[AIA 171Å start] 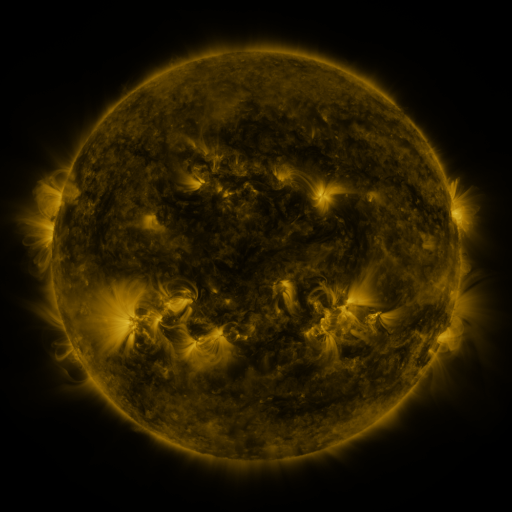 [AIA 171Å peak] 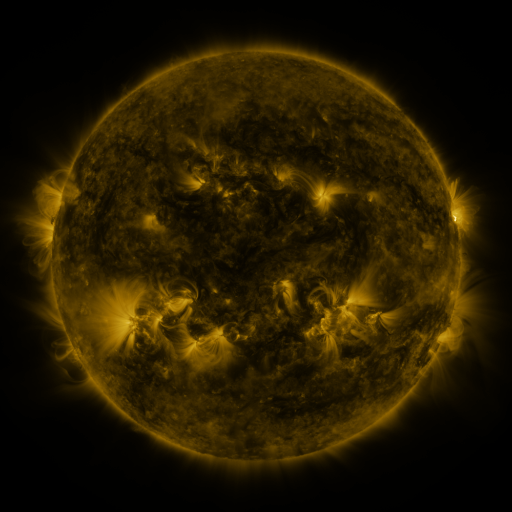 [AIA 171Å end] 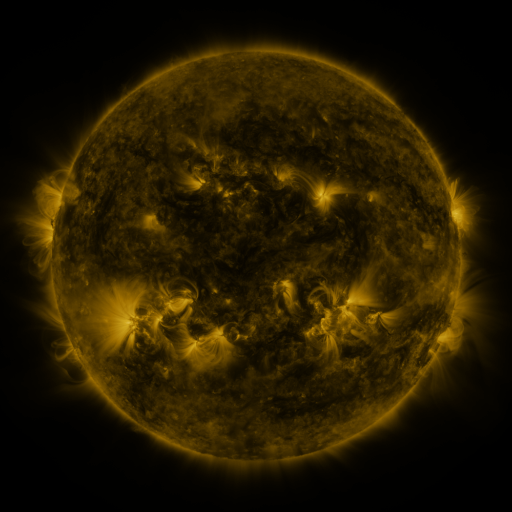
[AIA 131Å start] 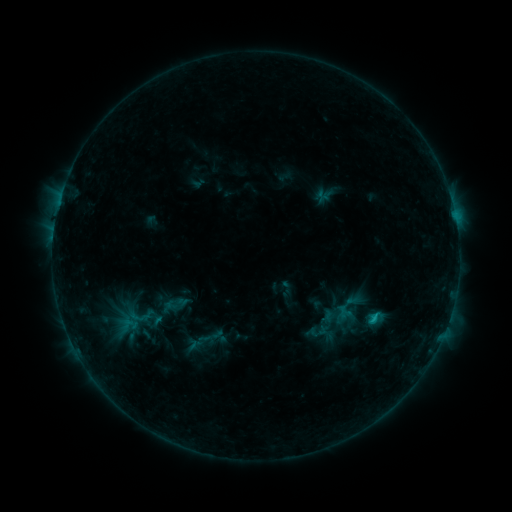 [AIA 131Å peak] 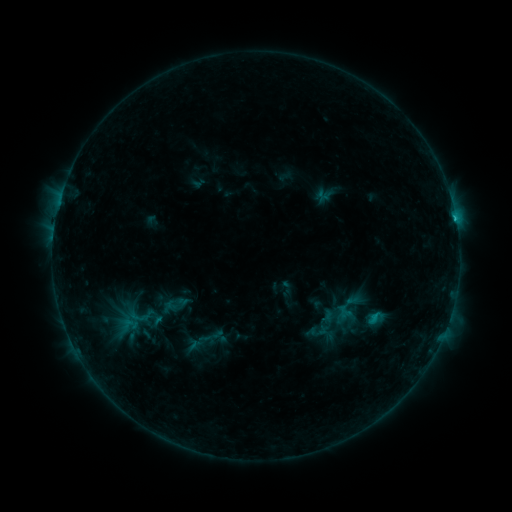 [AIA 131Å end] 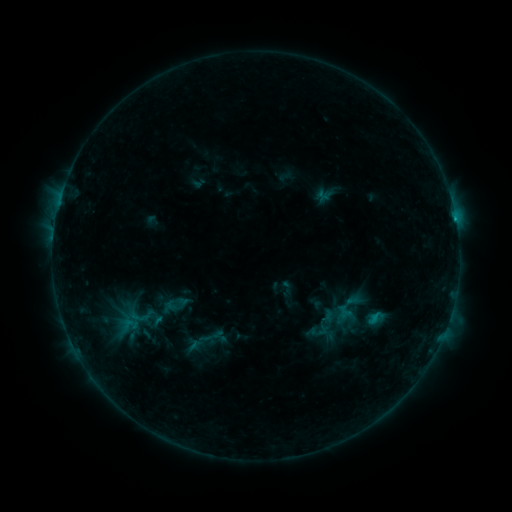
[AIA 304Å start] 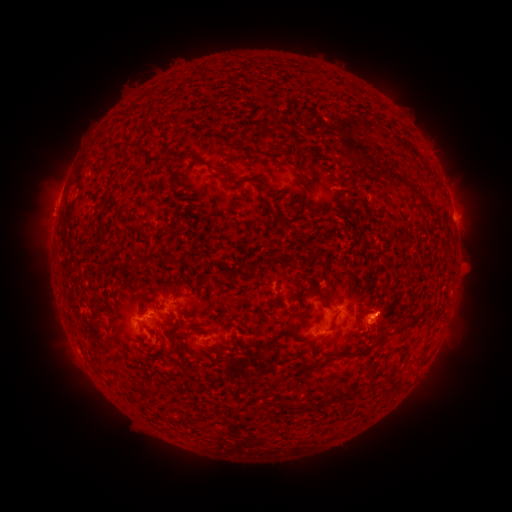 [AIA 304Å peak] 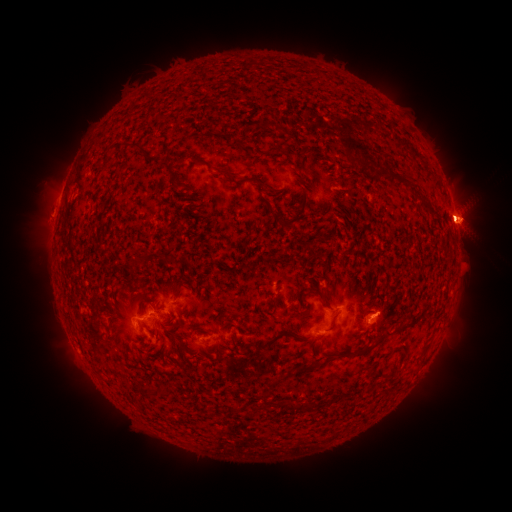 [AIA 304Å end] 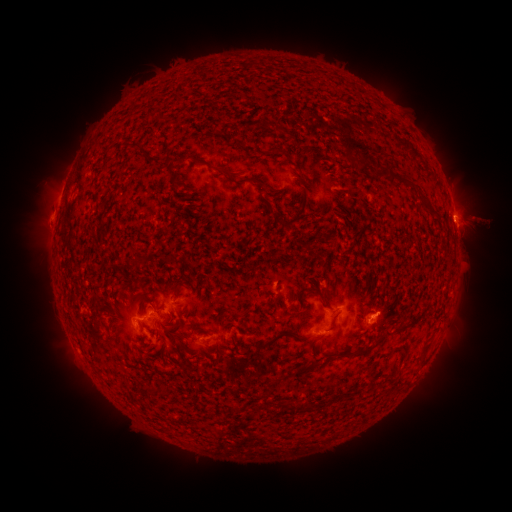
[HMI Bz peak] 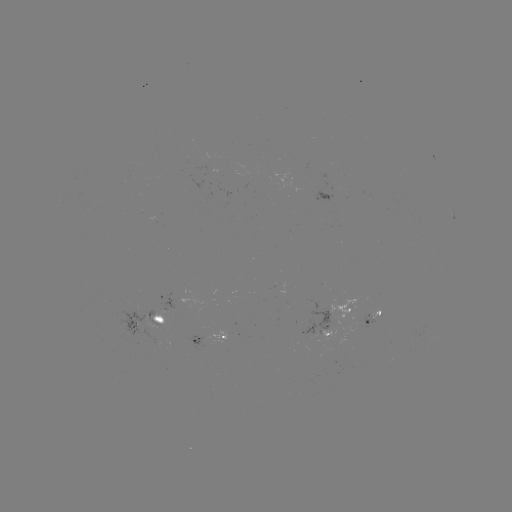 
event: flare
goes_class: C1.2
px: (455, 219)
